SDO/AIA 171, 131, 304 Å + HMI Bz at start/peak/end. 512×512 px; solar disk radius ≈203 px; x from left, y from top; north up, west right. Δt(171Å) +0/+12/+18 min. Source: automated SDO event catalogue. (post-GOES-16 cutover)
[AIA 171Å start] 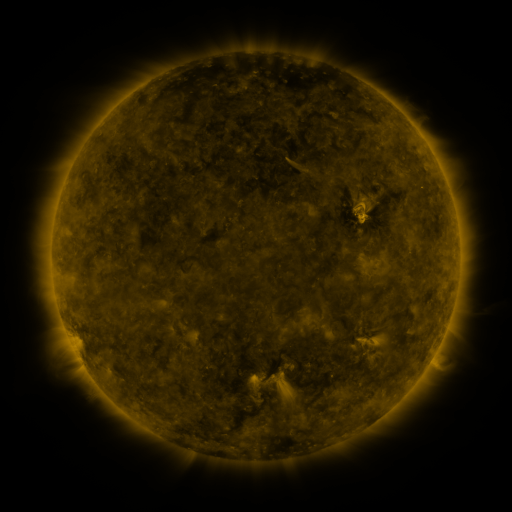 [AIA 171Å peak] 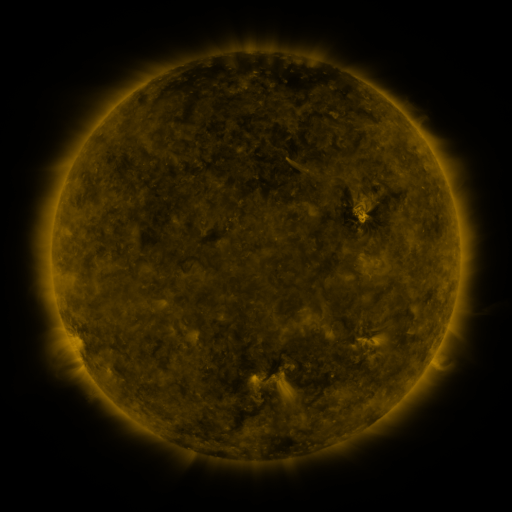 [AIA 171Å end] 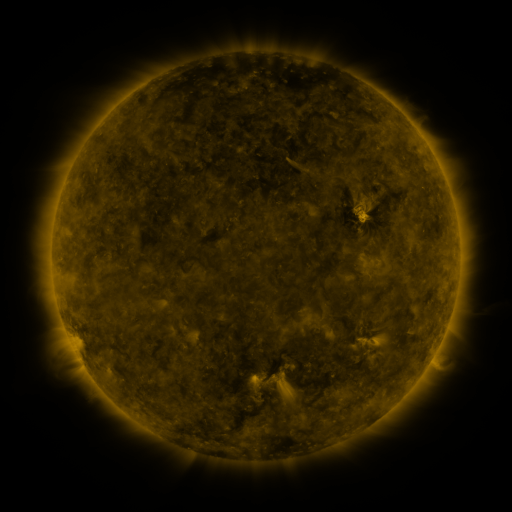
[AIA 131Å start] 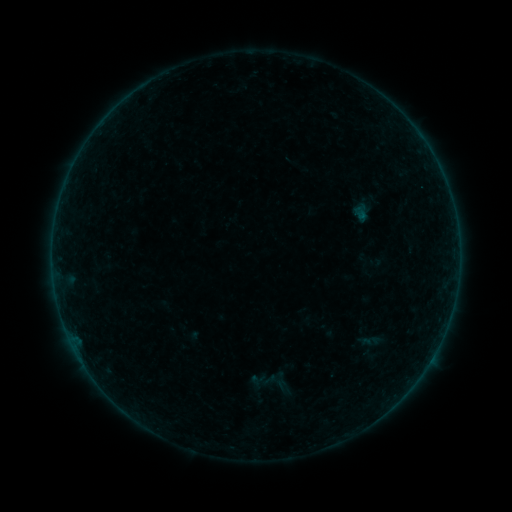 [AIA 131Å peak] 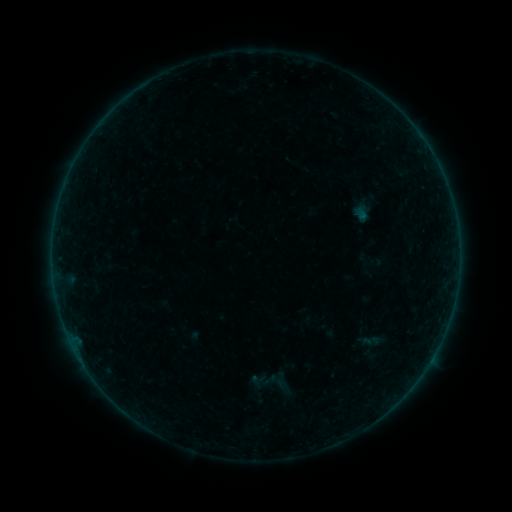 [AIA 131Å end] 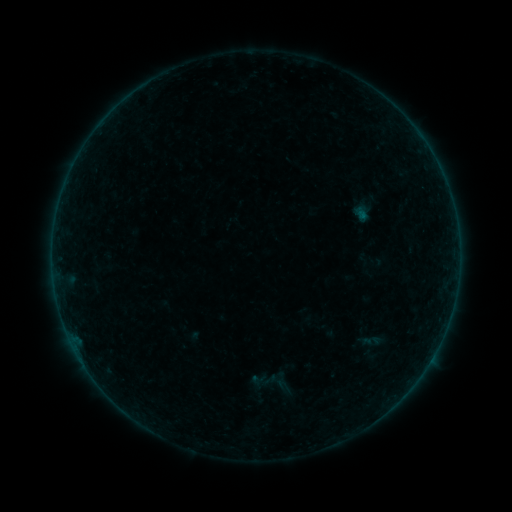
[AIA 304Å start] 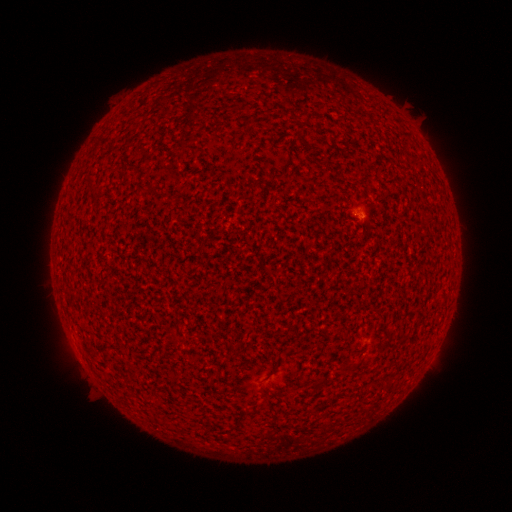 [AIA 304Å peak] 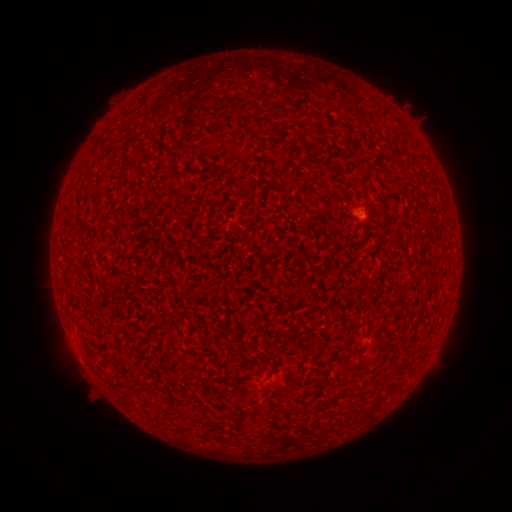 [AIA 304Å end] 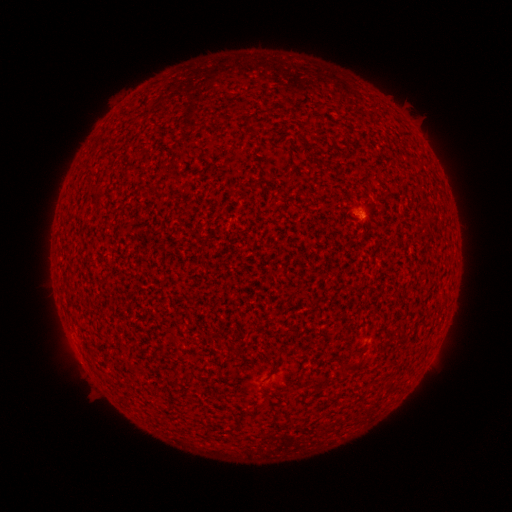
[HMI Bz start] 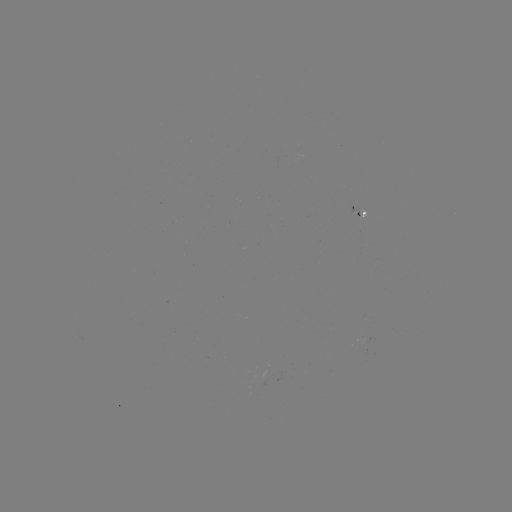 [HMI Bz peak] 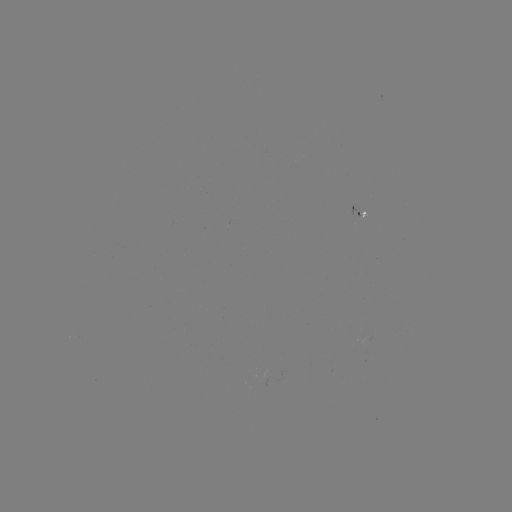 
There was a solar flare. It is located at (359, 216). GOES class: A2.4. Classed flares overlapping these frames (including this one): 1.